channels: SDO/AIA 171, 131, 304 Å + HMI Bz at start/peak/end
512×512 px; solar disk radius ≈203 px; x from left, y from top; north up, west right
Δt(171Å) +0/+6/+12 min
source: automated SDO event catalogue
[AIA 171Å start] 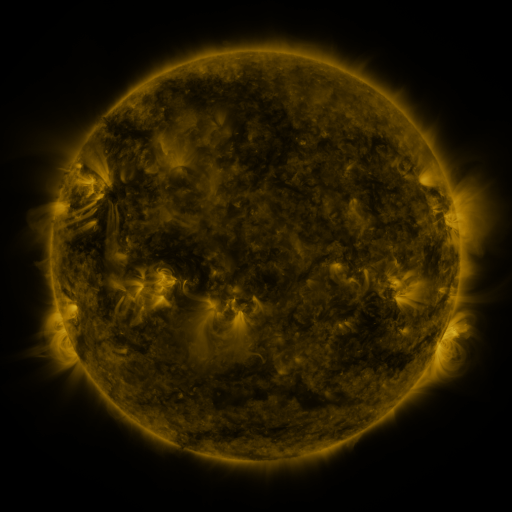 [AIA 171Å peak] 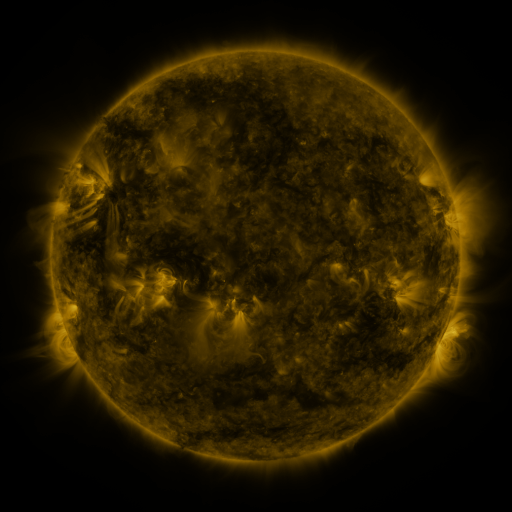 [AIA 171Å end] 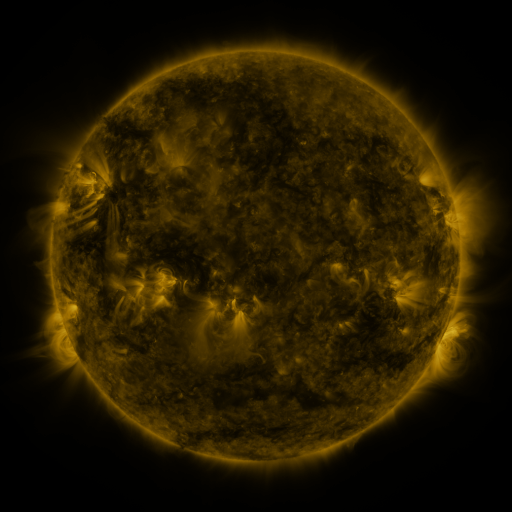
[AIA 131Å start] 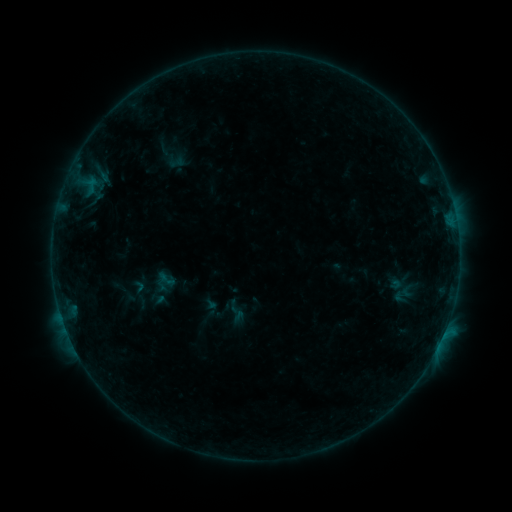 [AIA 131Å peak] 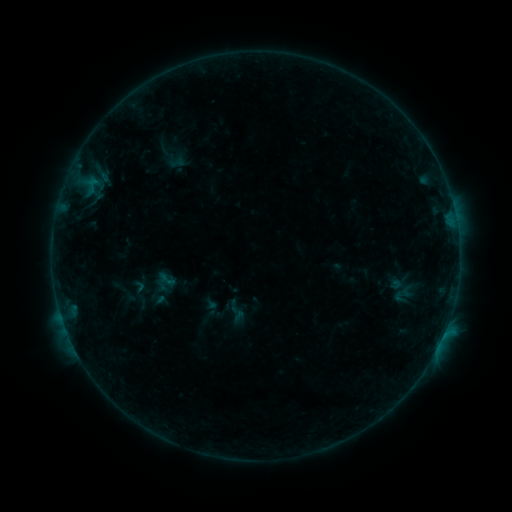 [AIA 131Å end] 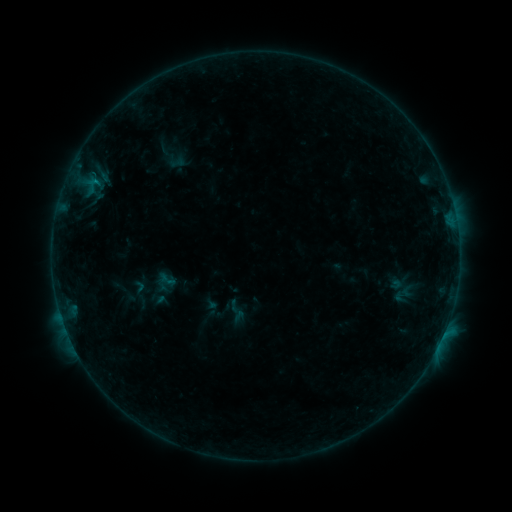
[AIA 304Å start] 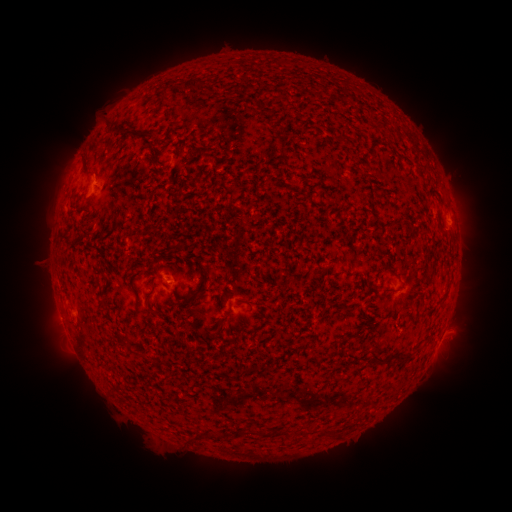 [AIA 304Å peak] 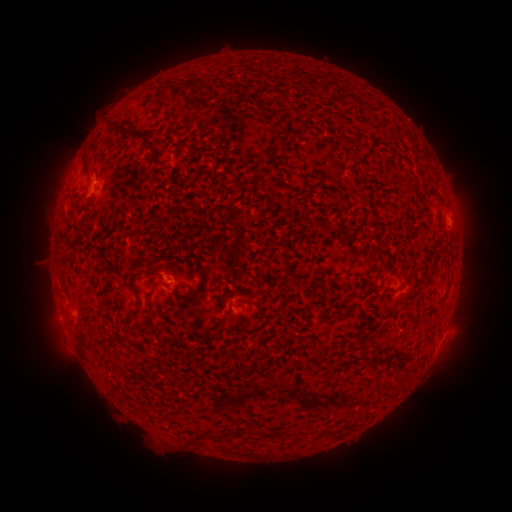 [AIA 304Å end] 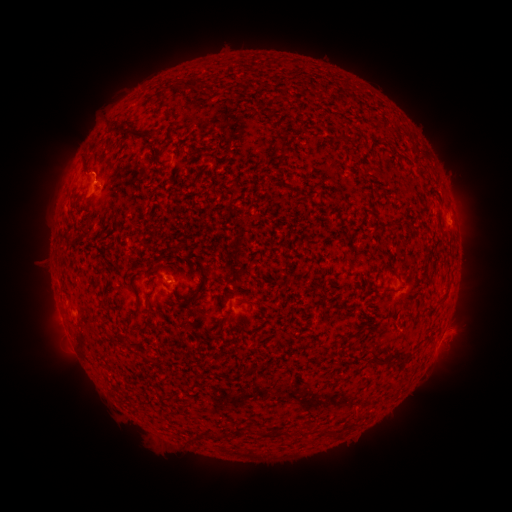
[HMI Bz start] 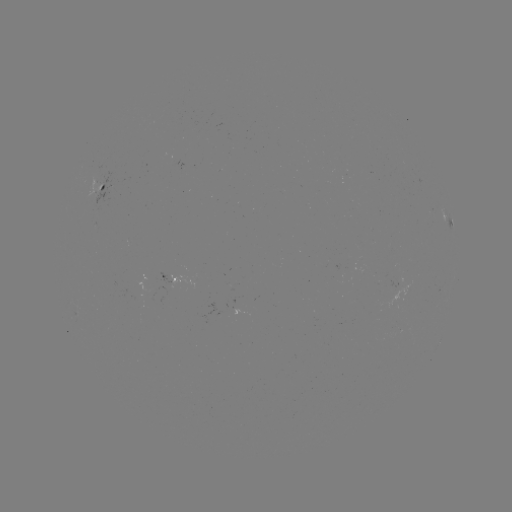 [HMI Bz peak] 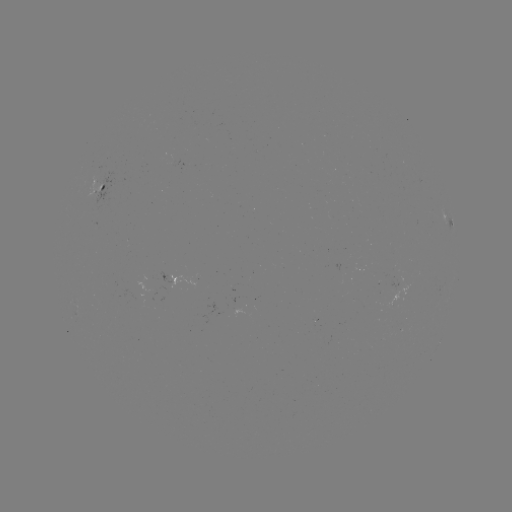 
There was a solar flare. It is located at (96, 183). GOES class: B2.6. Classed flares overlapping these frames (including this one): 1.